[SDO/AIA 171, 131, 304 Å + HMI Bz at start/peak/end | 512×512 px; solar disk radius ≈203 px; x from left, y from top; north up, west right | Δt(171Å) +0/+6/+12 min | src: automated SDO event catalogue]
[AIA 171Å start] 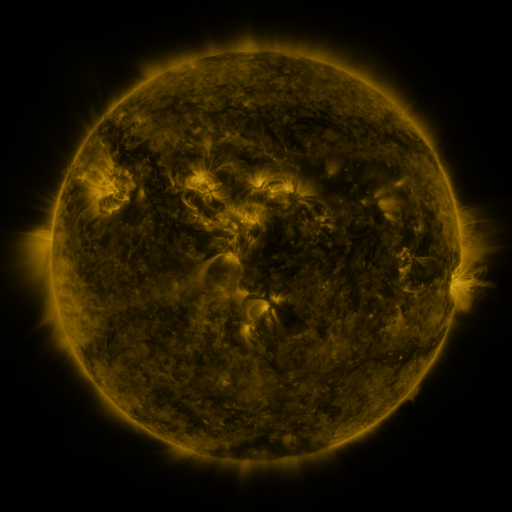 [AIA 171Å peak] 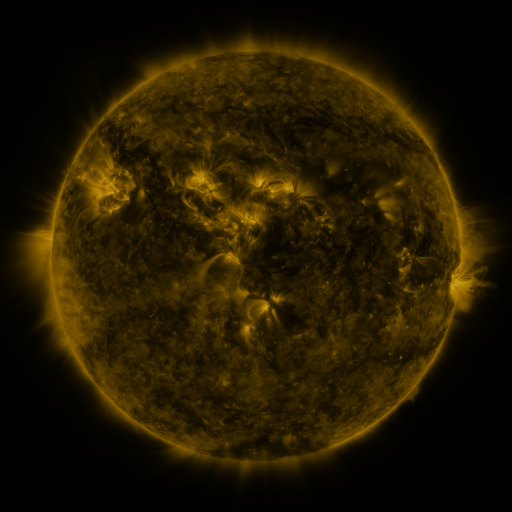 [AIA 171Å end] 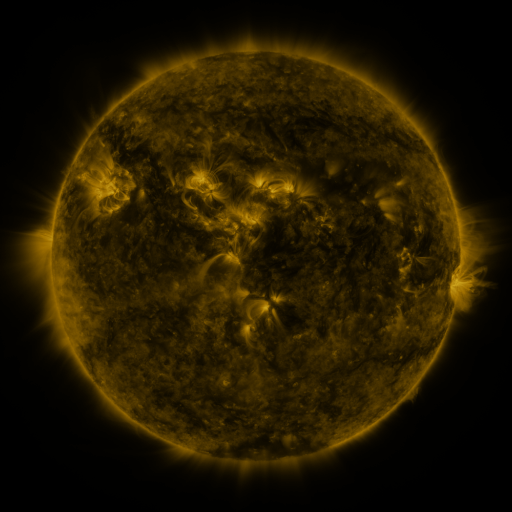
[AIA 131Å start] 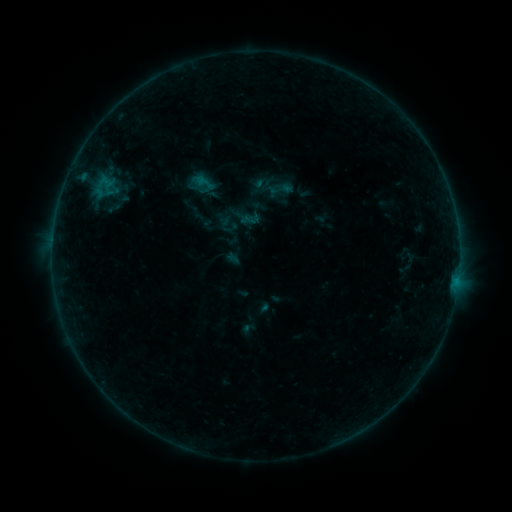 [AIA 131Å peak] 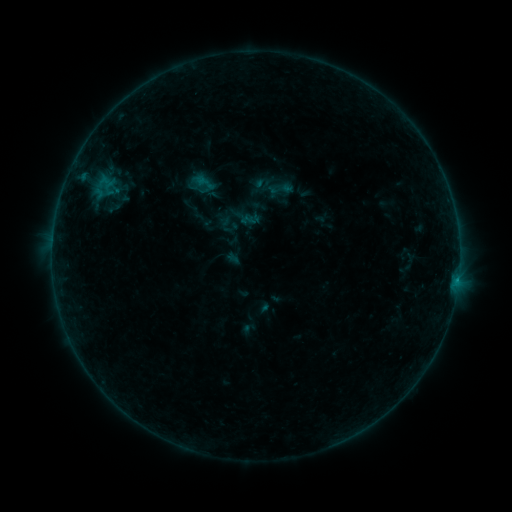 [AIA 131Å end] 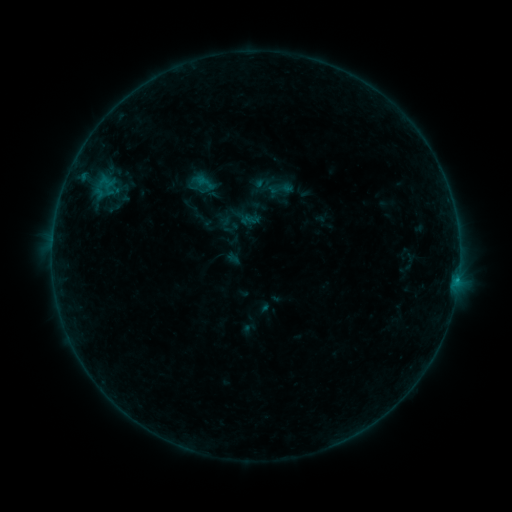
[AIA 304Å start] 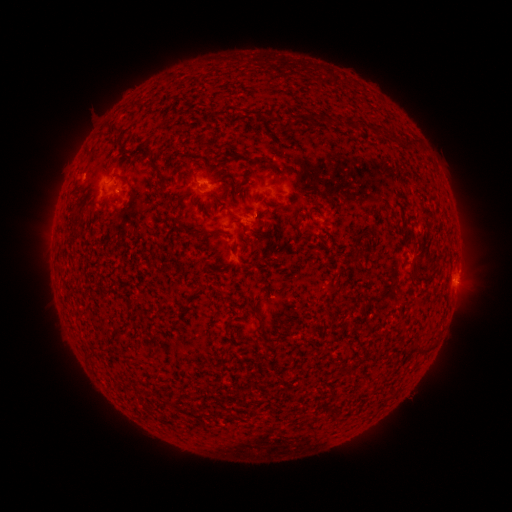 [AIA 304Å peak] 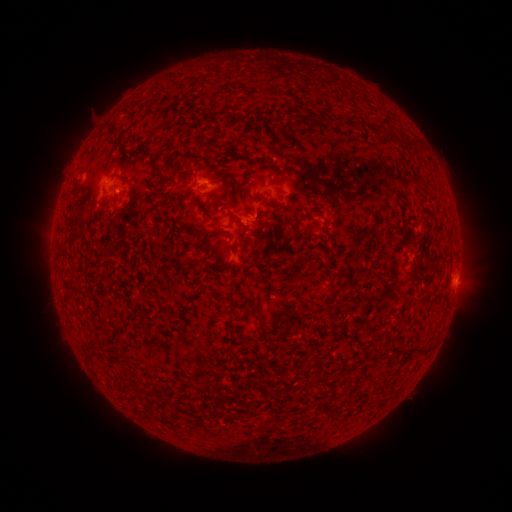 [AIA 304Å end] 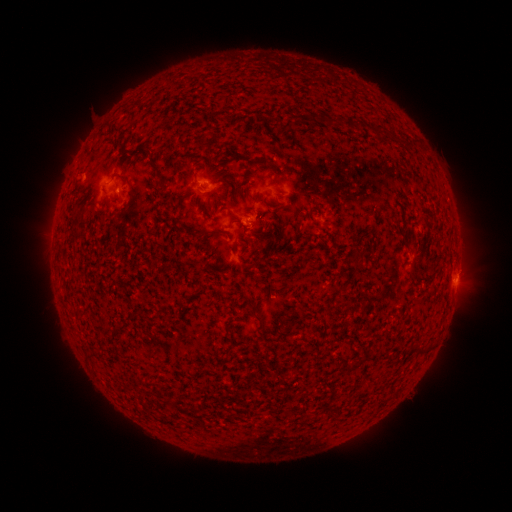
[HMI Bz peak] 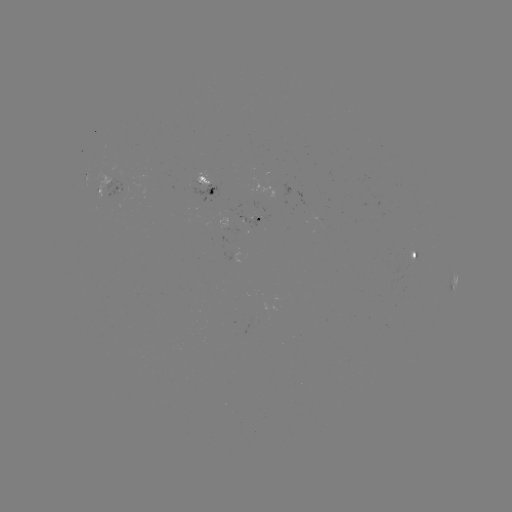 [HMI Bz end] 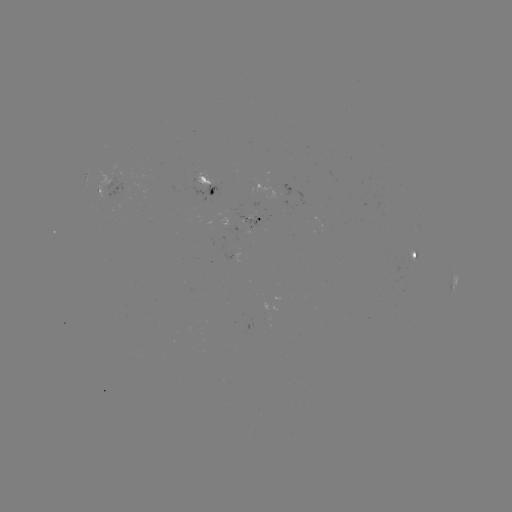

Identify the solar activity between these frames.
B3.6 flare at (456, 279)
